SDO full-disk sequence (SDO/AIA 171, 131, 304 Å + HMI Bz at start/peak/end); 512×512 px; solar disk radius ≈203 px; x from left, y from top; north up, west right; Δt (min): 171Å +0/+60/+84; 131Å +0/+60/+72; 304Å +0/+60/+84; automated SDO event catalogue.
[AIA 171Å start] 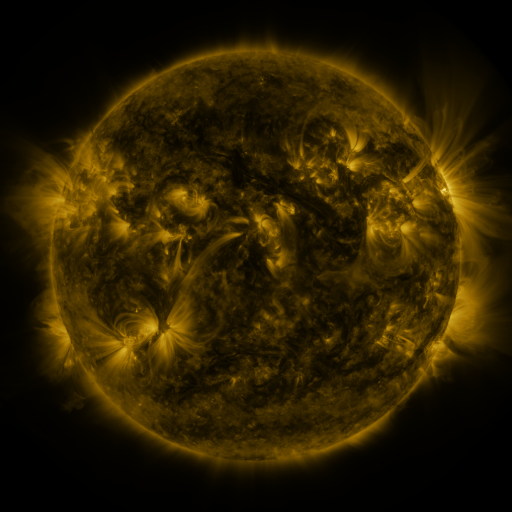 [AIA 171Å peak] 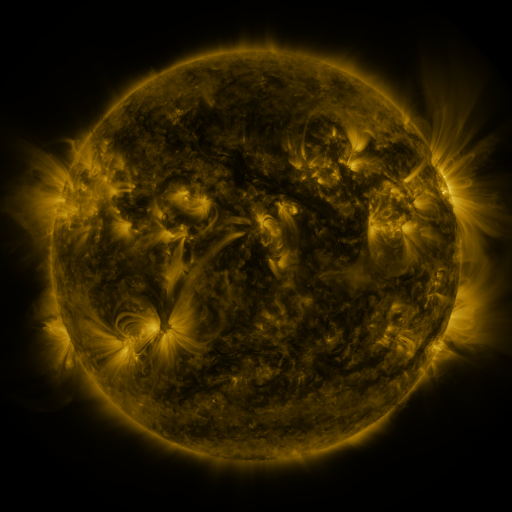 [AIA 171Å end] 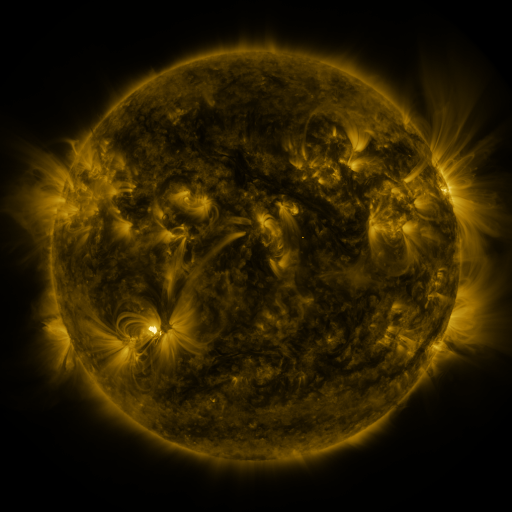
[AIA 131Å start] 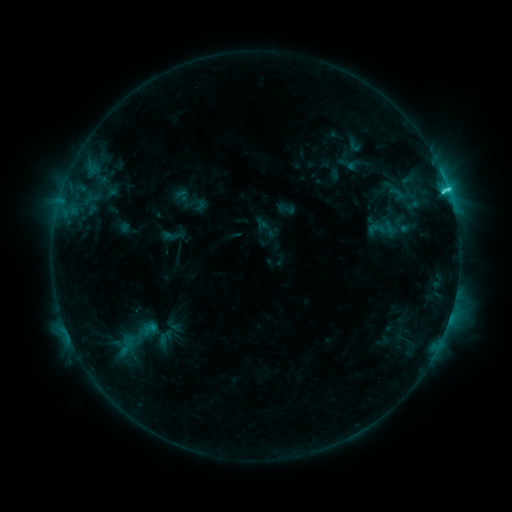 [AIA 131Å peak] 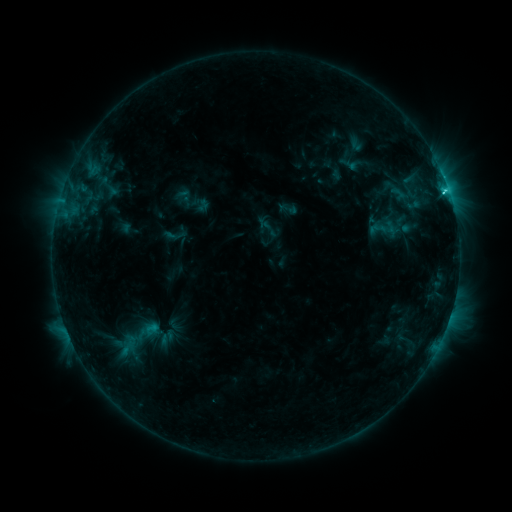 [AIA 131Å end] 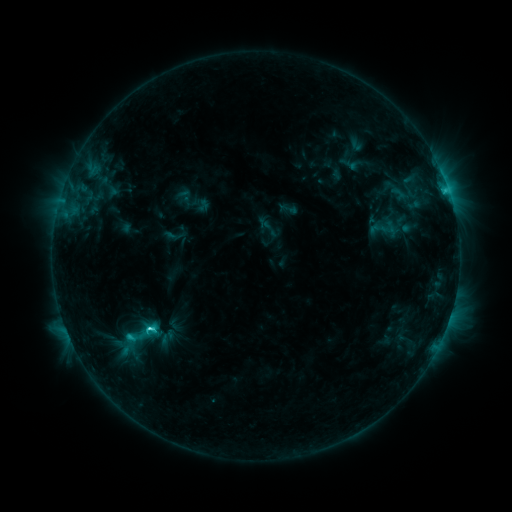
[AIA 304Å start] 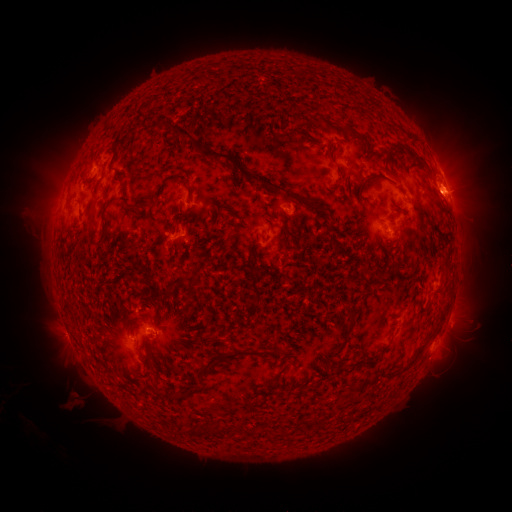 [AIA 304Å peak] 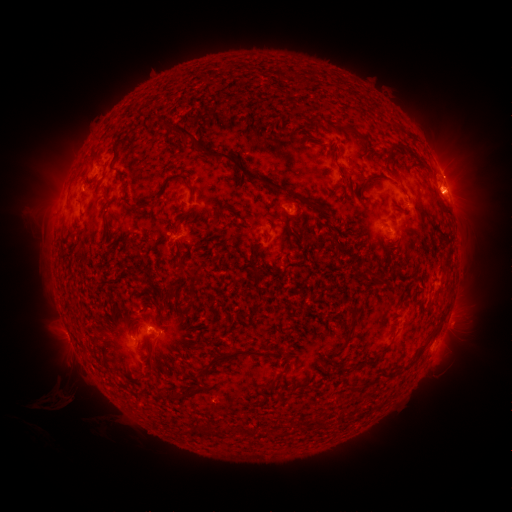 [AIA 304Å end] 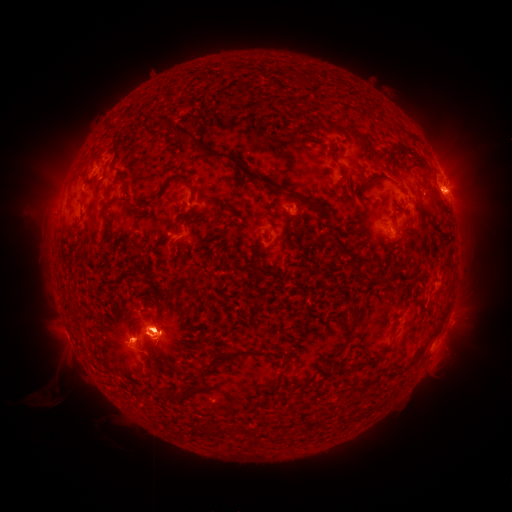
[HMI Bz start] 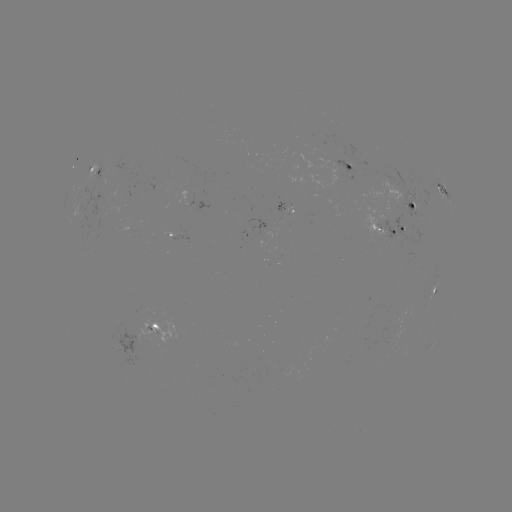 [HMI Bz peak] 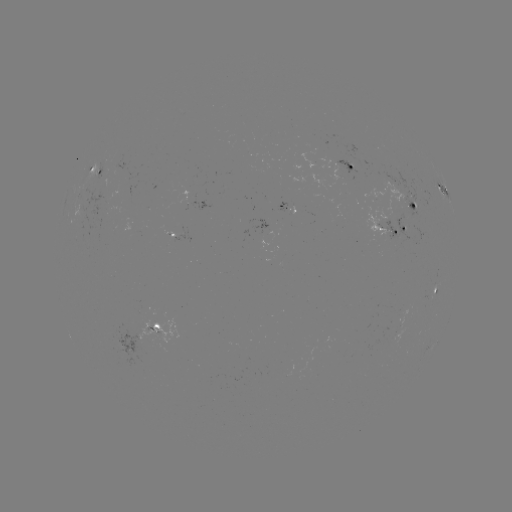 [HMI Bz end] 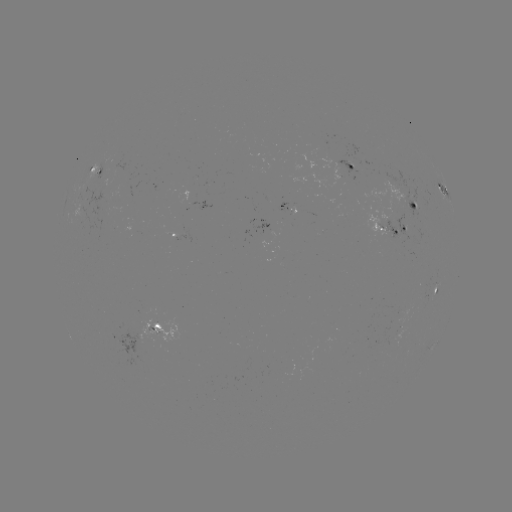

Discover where emerging-flux region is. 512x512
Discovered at [410, 216].